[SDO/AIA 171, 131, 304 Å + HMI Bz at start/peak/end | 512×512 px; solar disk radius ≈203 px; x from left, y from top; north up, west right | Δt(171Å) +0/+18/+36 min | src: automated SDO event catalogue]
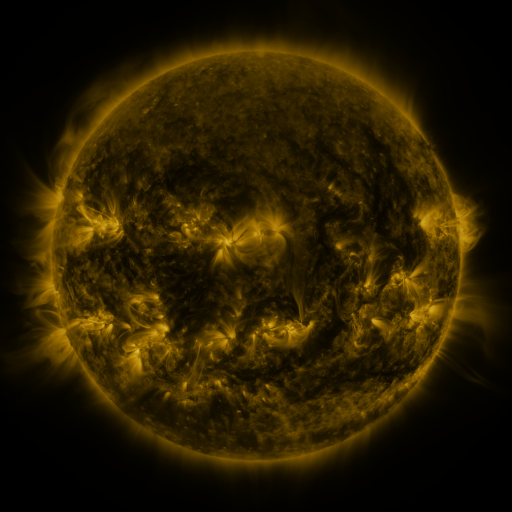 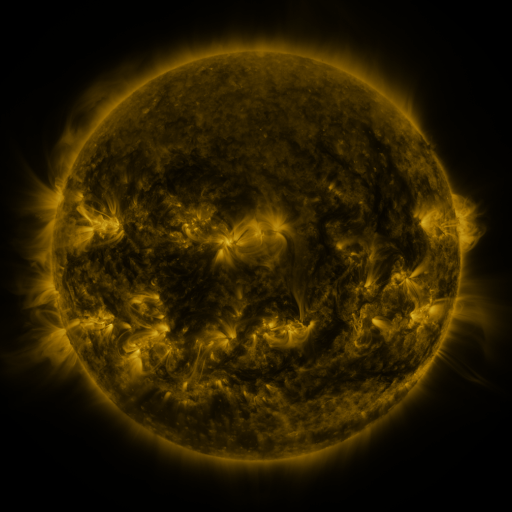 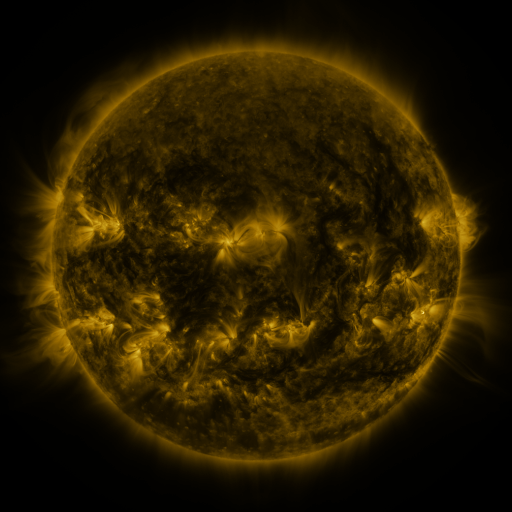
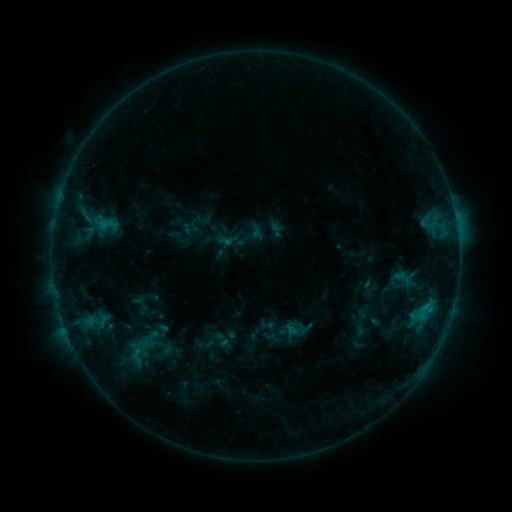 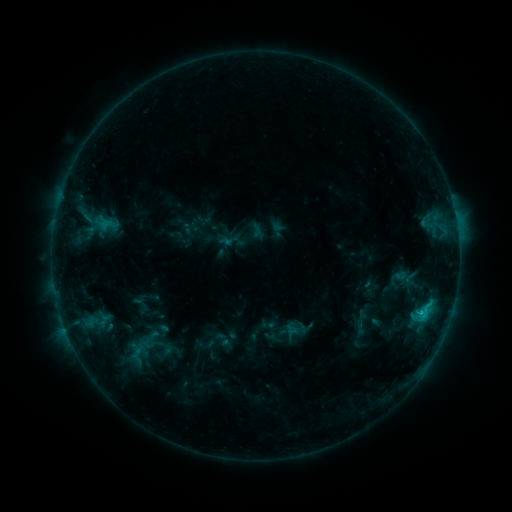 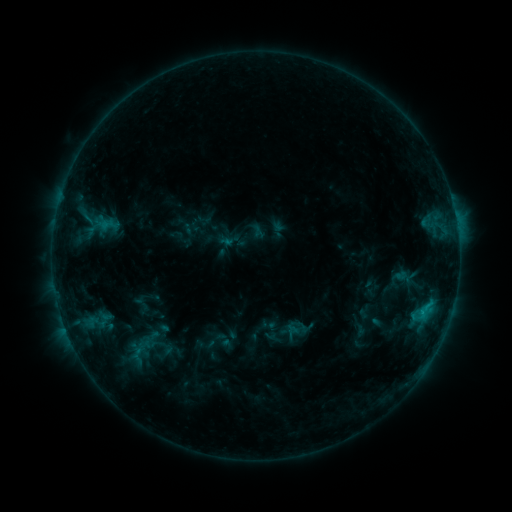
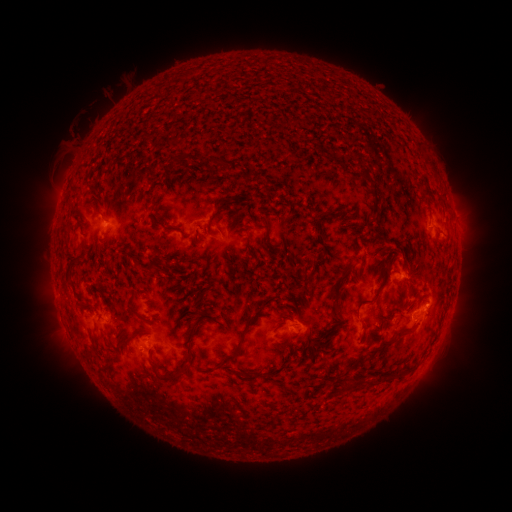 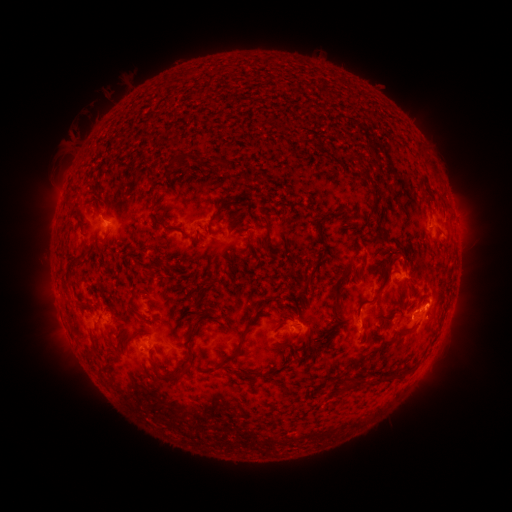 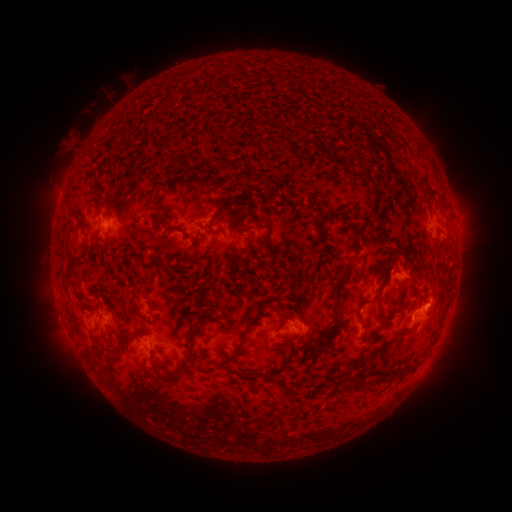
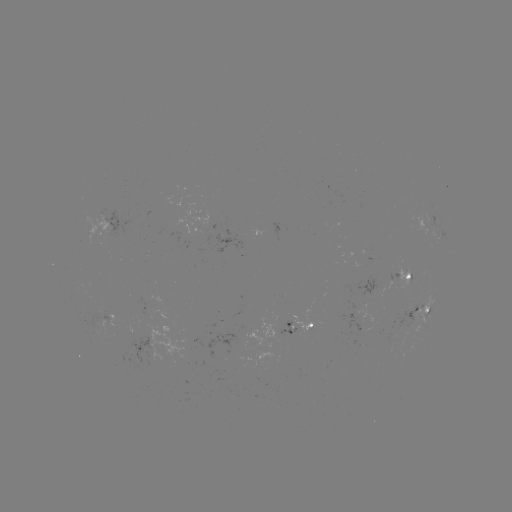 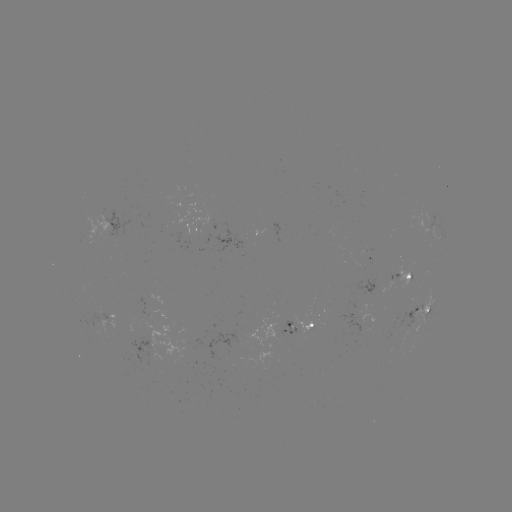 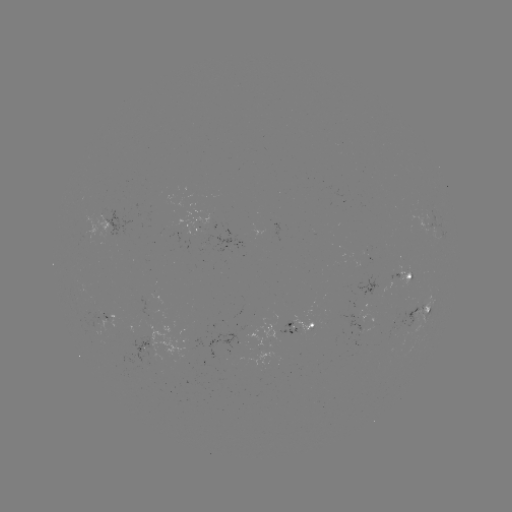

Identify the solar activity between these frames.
C1.5 flare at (421, 310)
